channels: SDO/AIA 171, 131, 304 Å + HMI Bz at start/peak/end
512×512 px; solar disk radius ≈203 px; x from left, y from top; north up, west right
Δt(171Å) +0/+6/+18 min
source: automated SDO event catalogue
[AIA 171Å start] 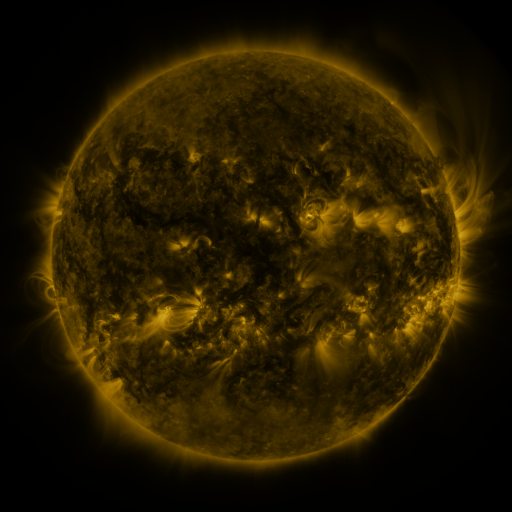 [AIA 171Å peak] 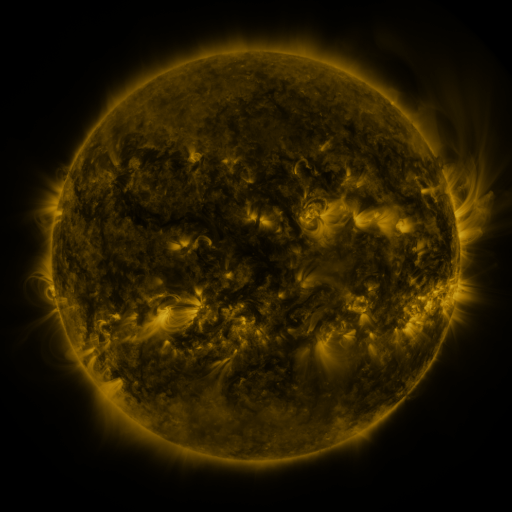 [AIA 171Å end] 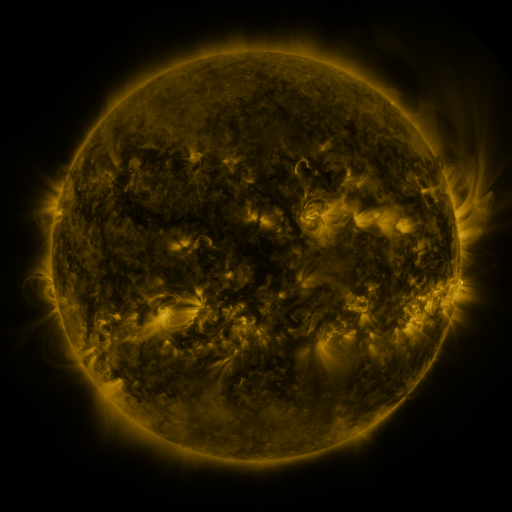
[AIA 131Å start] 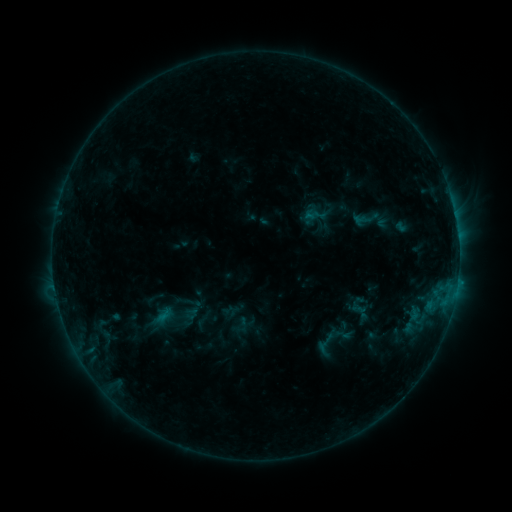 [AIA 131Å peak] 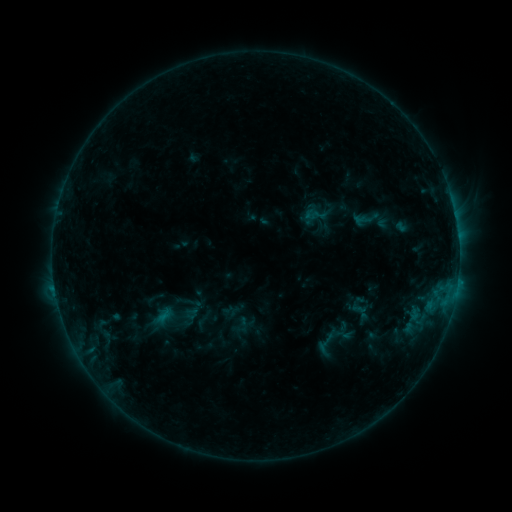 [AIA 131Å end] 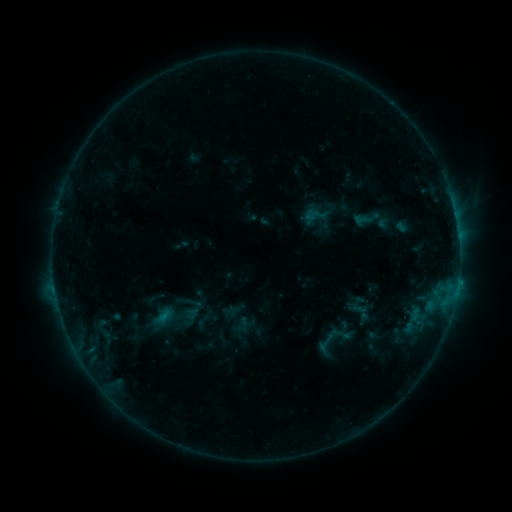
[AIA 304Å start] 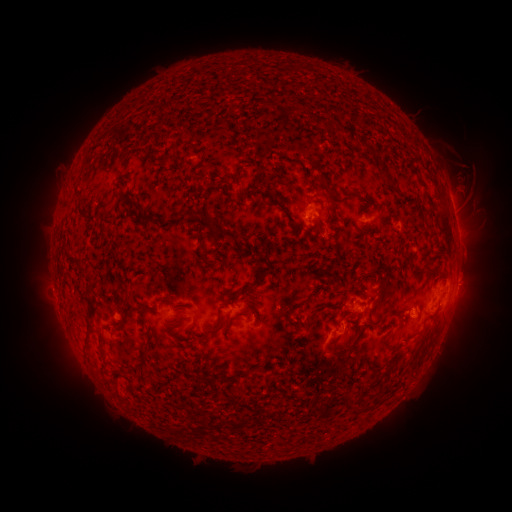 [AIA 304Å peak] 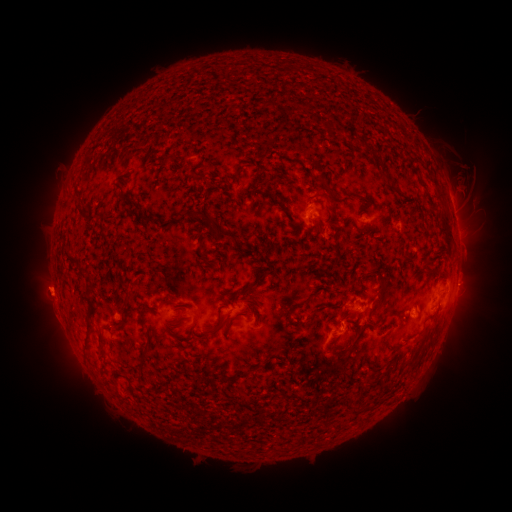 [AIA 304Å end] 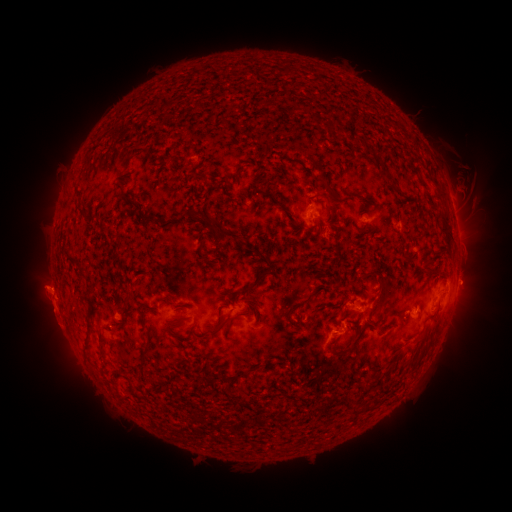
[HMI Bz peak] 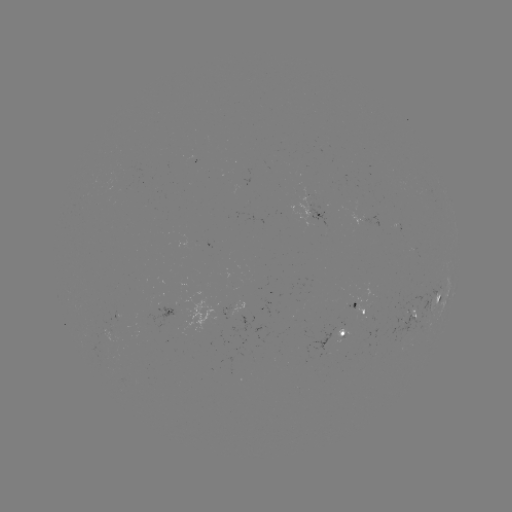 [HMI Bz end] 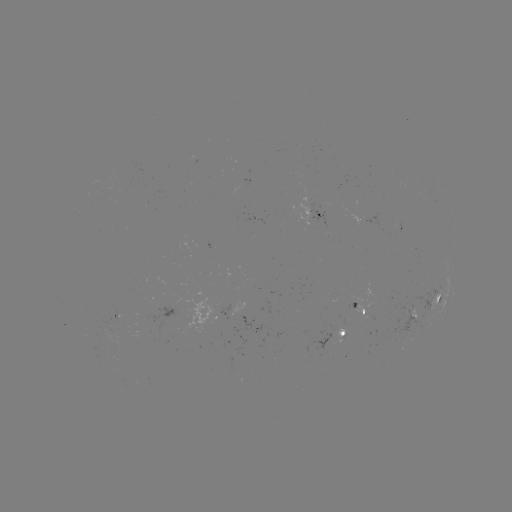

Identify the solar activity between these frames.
eruption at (46, 295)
